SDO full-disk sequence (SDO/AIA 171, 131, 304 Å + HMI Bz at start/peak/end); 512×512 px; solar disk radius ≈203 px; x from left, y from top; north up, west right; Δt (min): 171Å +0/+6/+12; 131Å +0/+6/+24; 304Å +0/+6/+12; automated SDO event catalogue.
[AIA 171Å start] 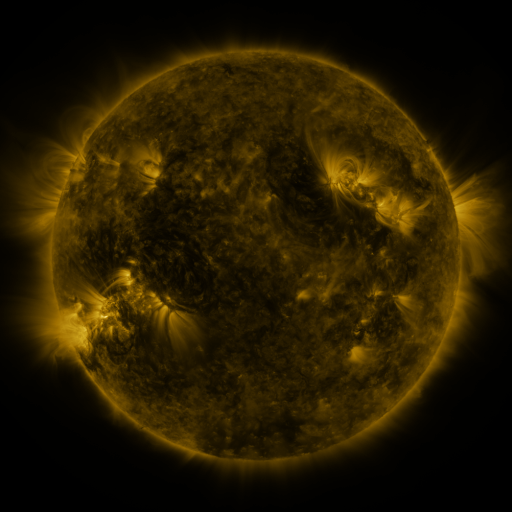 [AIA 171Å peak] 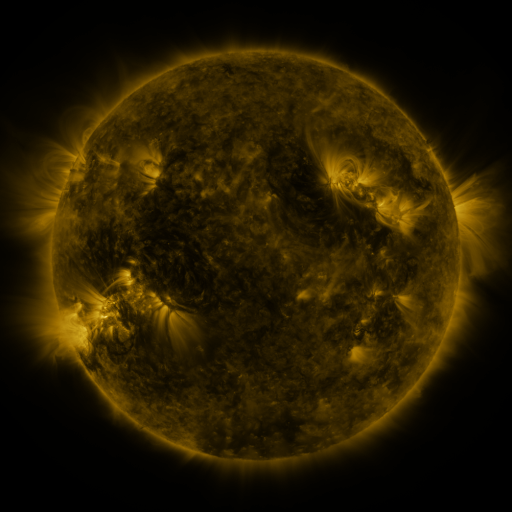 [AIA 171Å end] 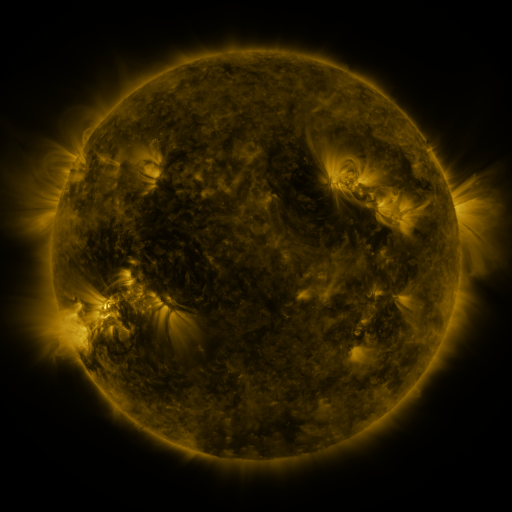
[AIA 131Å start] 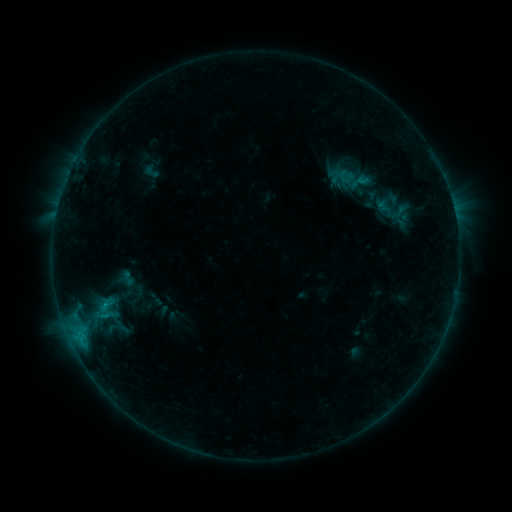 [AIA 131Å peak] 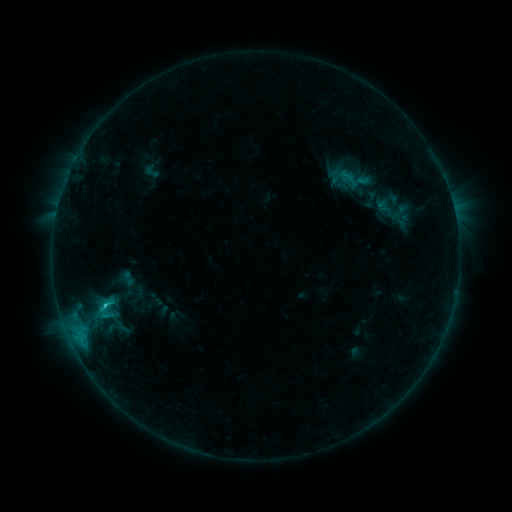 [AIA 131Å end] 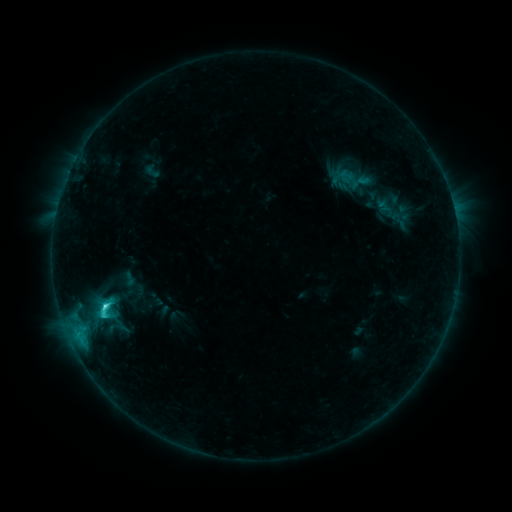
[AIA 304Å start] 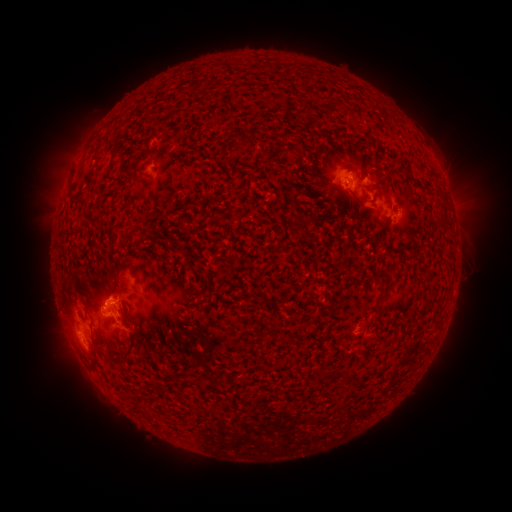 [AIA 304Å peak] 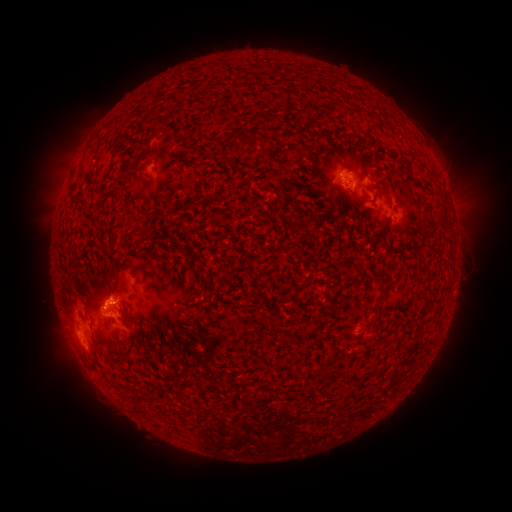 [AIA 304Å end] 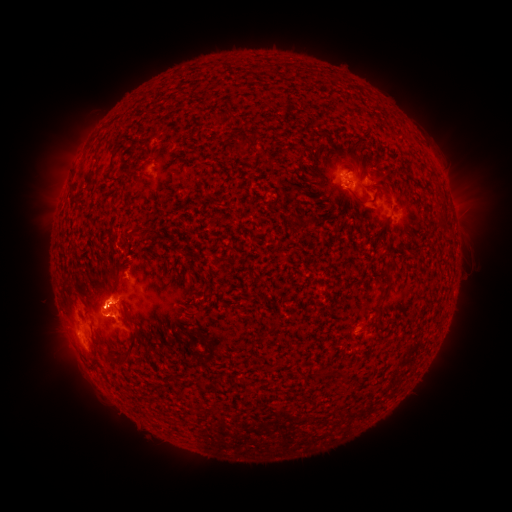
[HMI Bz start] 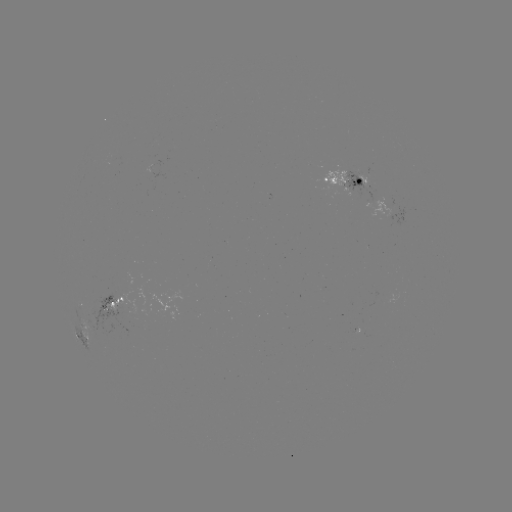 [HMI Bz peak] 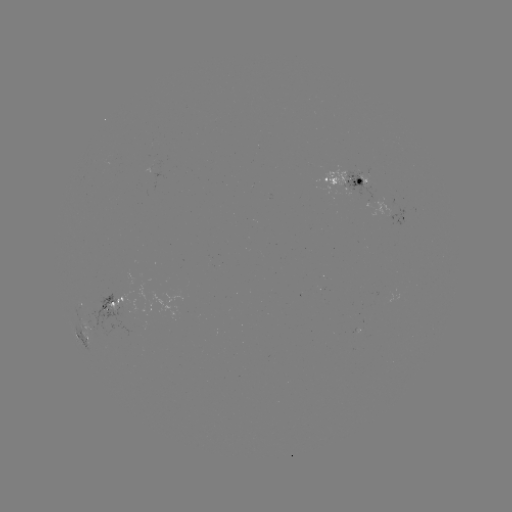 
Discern C4.9 flare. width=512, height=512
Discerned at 106,304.